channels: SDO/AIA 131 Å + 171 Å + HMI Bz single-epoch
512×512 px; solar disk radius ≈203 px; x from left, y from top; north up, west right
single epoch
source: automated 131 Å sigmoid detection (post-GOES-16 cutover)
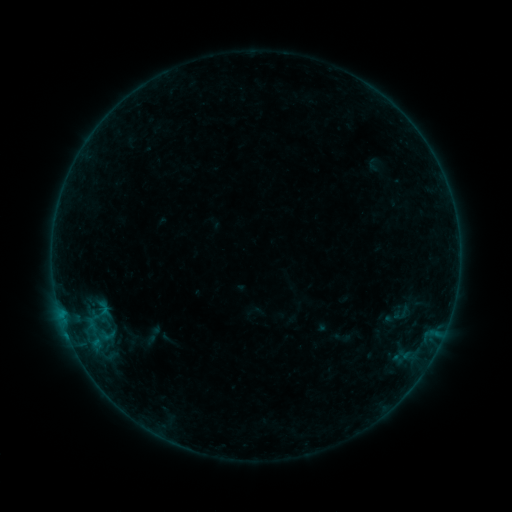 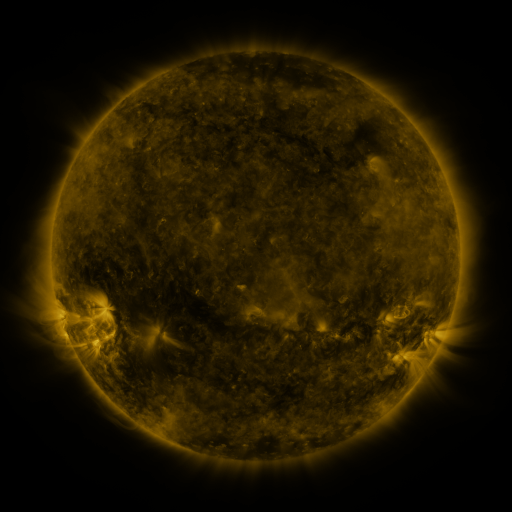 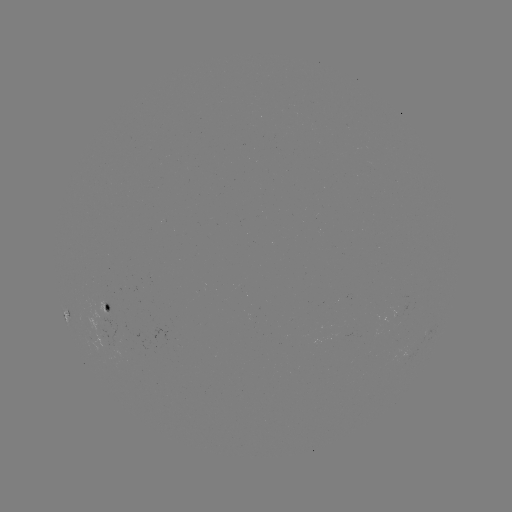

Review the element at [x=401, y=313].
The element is sigmoid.